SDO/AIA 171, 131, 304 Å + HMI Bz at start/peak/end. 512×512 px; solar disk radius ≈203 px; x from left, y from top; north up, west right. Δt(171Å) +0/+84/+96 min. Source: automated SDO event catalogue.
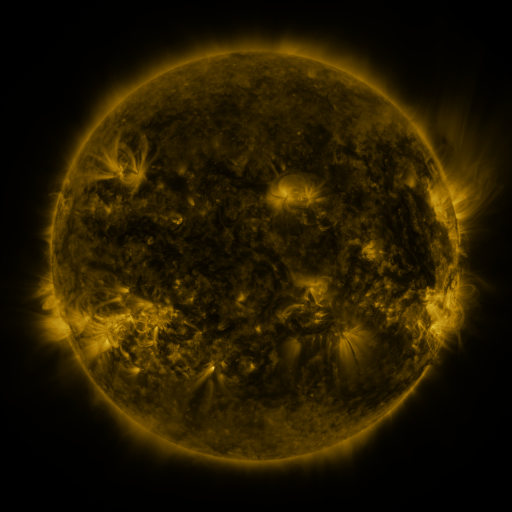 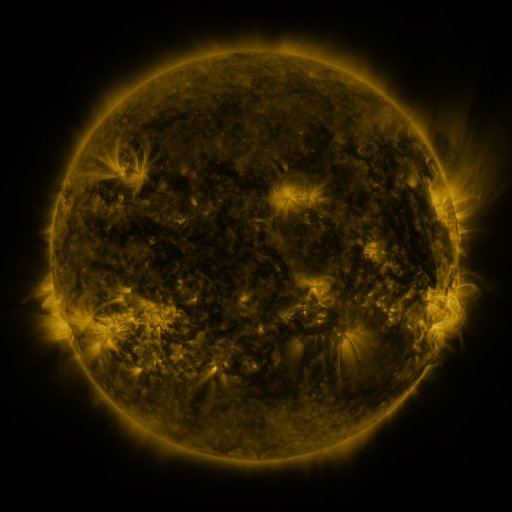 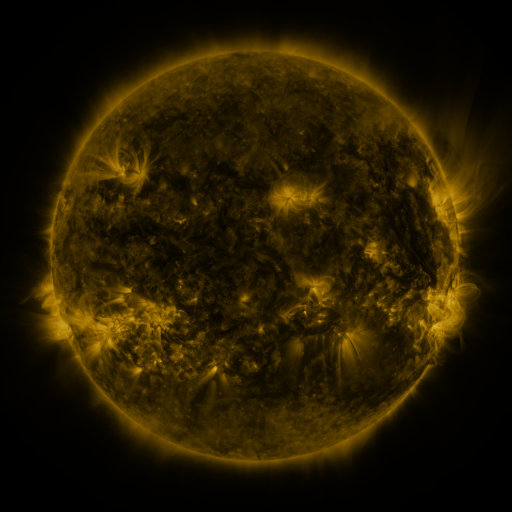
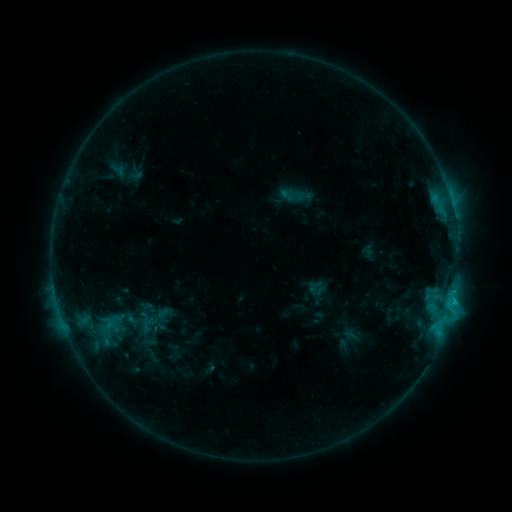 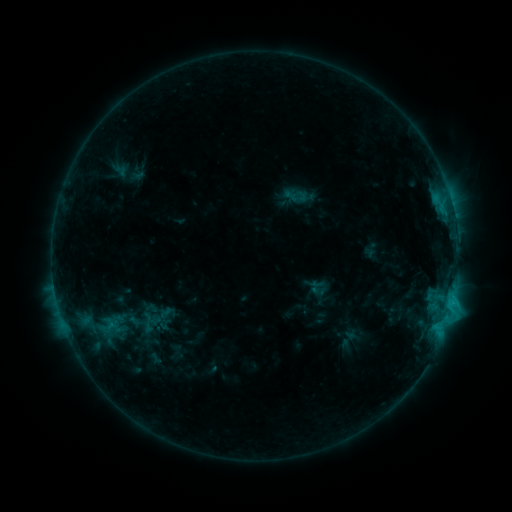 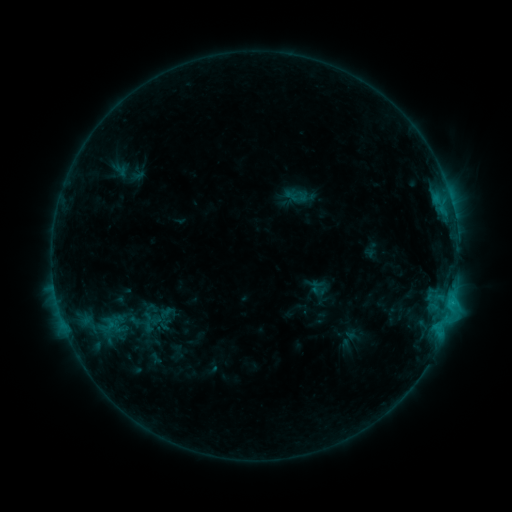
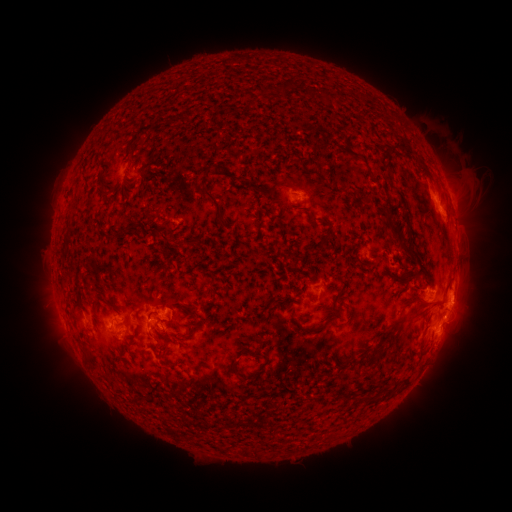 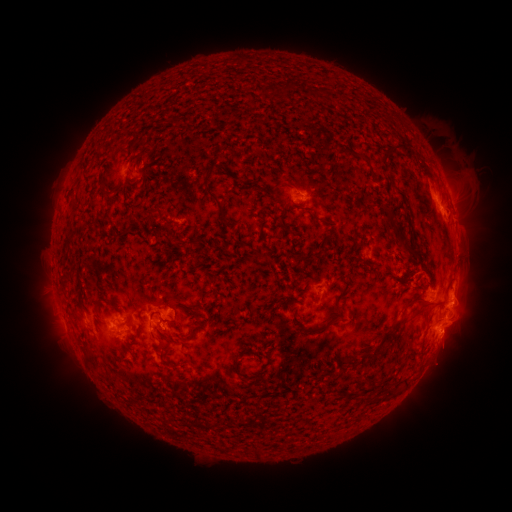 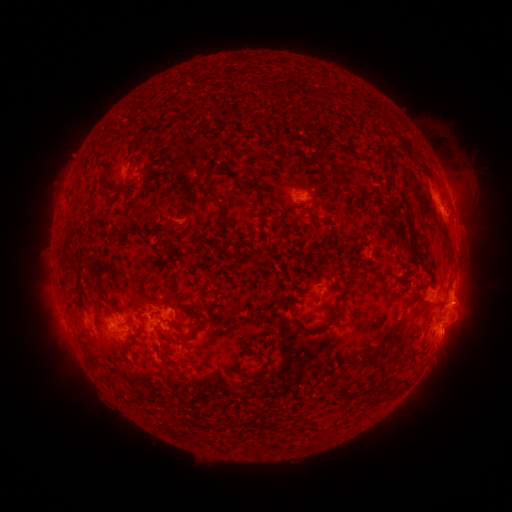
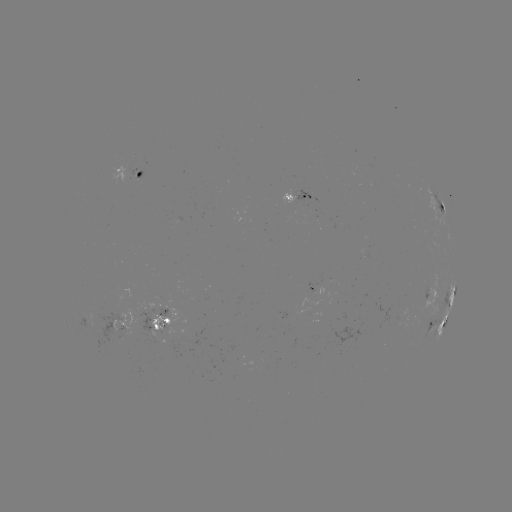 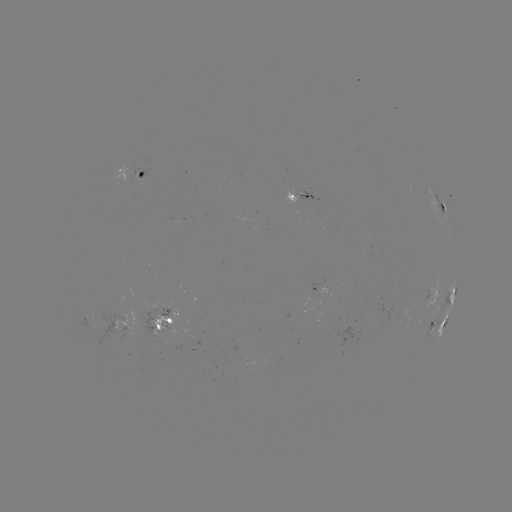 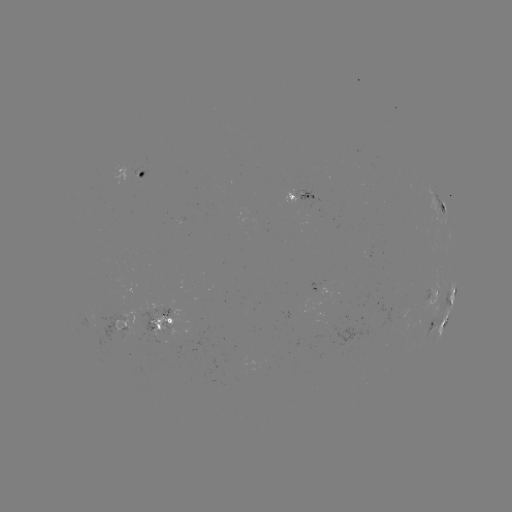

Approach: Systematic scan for emerging-flux region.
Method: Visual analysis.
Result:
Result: emerging-flux region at [303, 194].